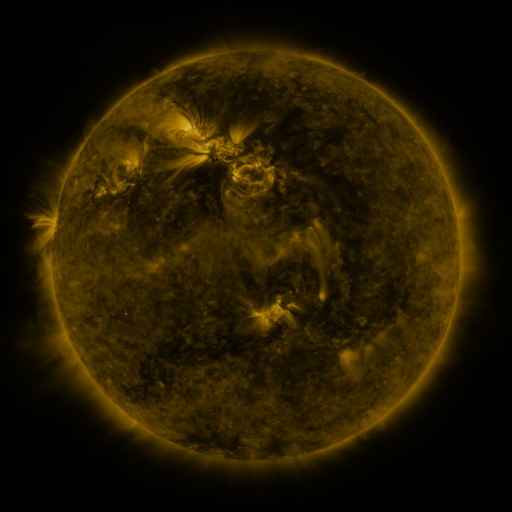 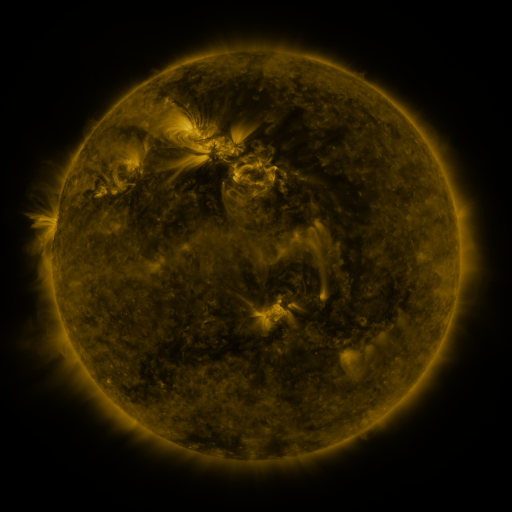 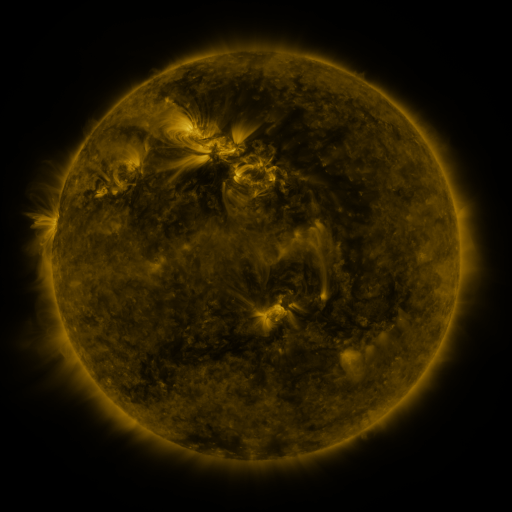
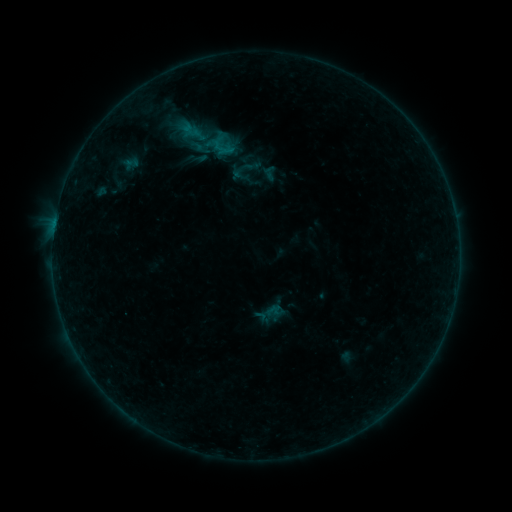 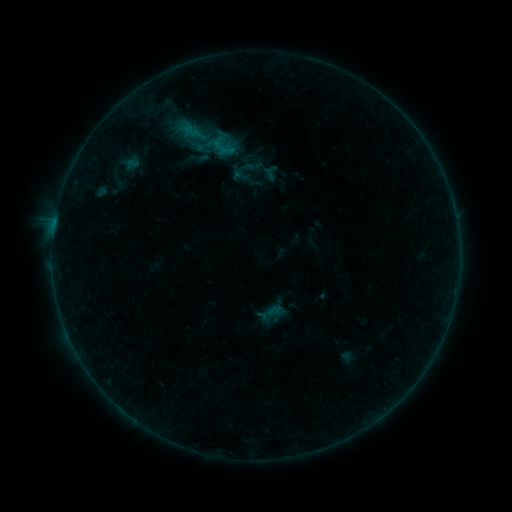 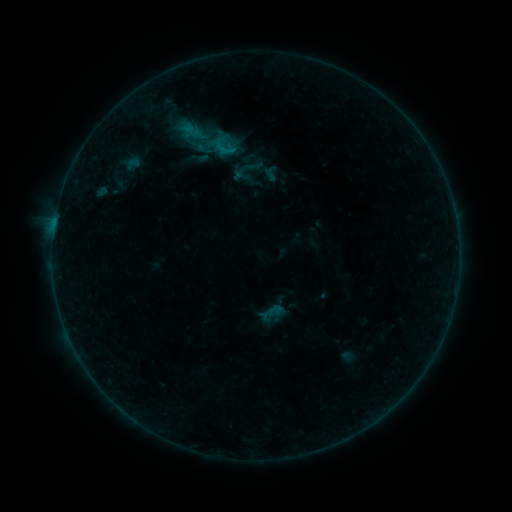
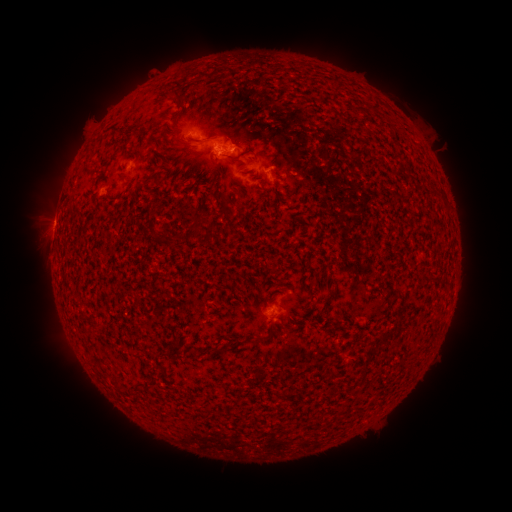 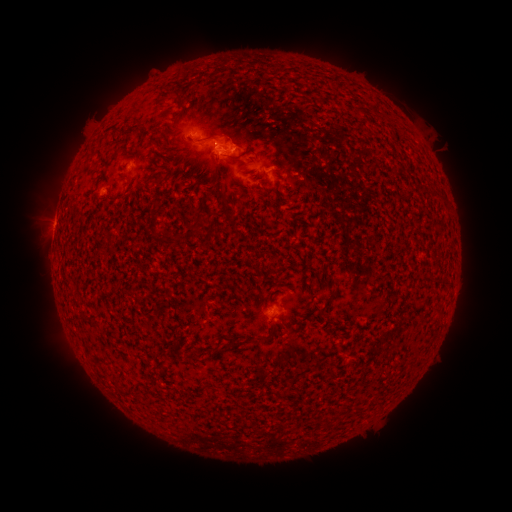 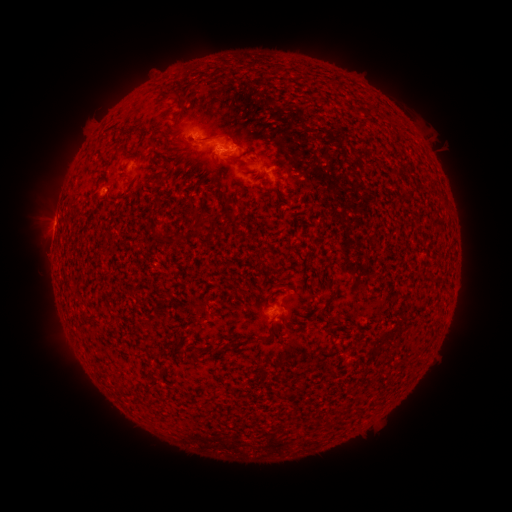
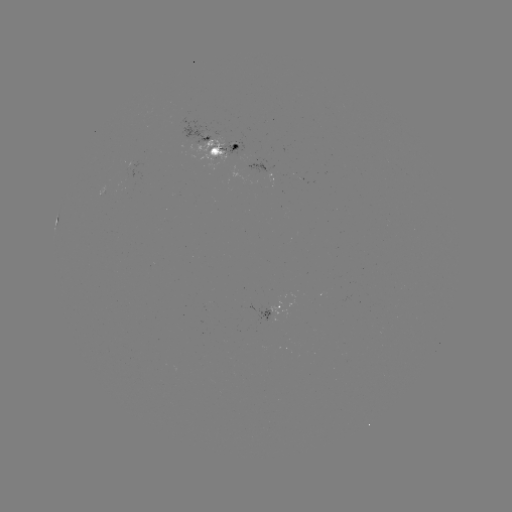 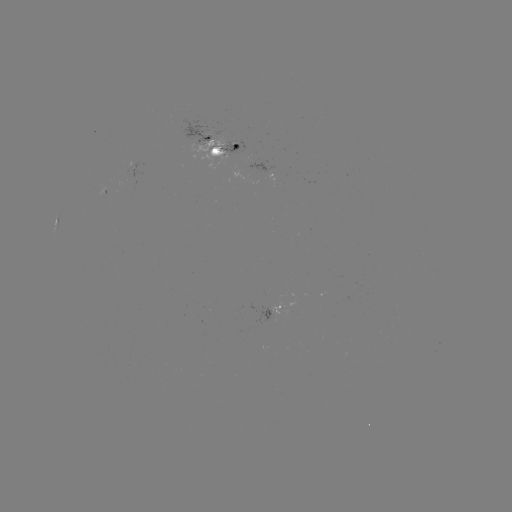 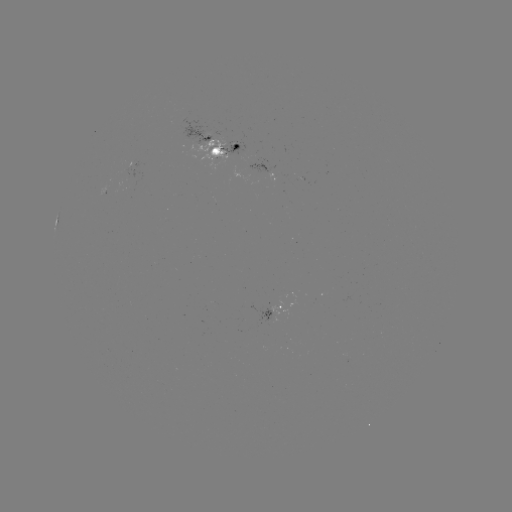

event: emerging-flux region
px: (195, 139)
